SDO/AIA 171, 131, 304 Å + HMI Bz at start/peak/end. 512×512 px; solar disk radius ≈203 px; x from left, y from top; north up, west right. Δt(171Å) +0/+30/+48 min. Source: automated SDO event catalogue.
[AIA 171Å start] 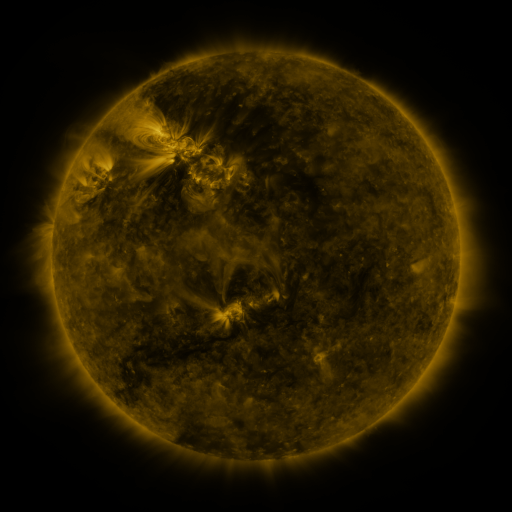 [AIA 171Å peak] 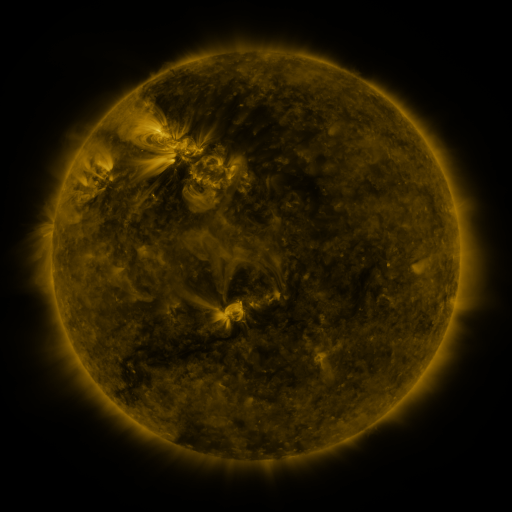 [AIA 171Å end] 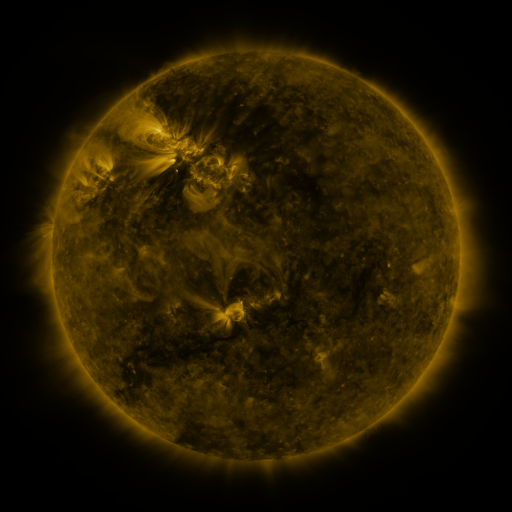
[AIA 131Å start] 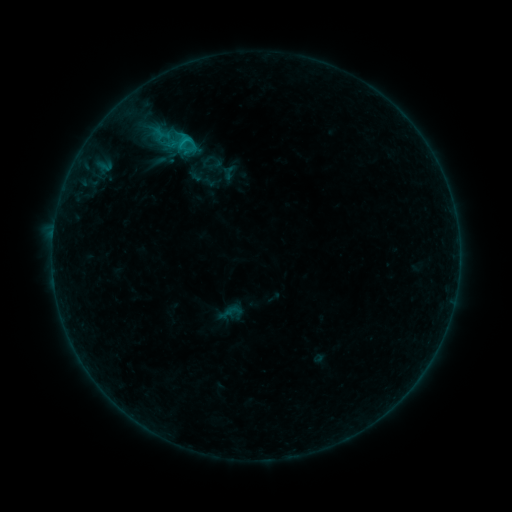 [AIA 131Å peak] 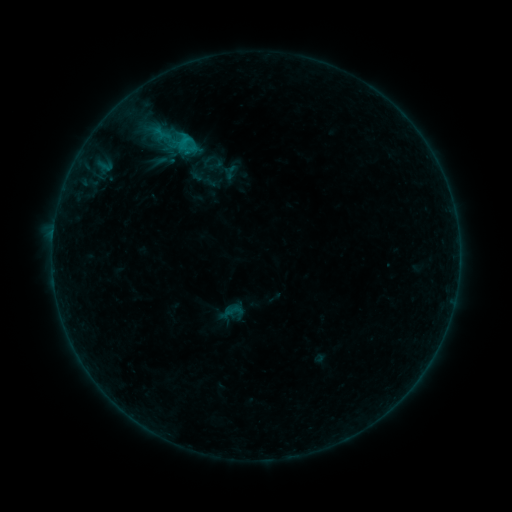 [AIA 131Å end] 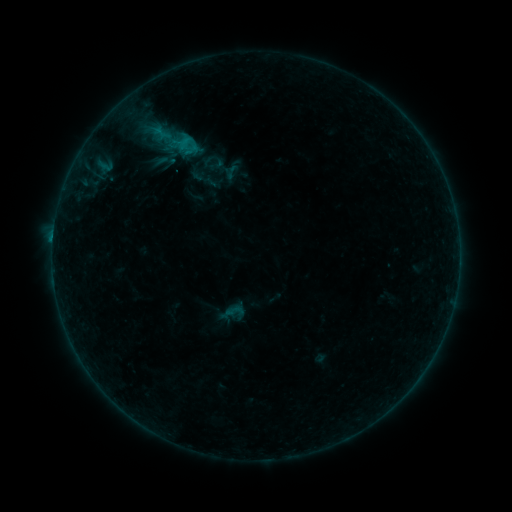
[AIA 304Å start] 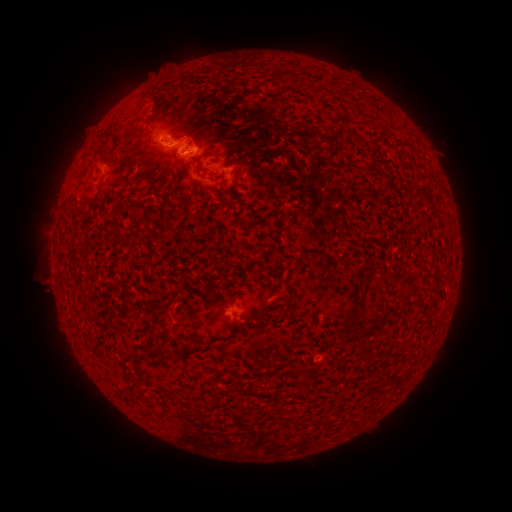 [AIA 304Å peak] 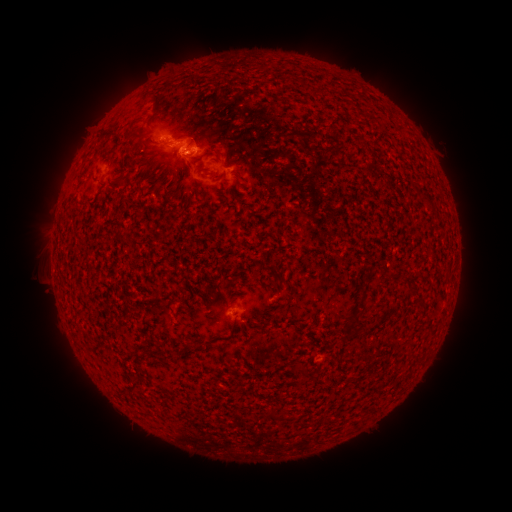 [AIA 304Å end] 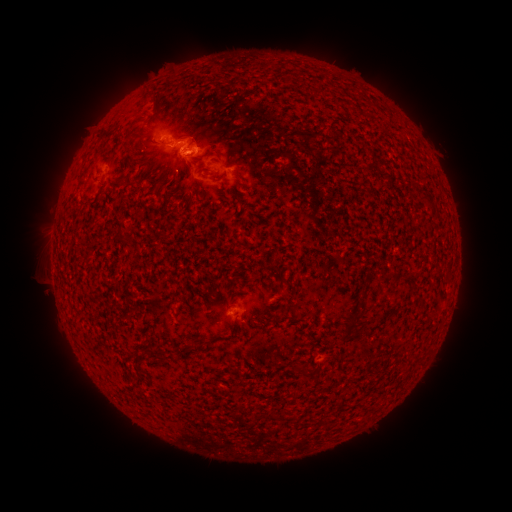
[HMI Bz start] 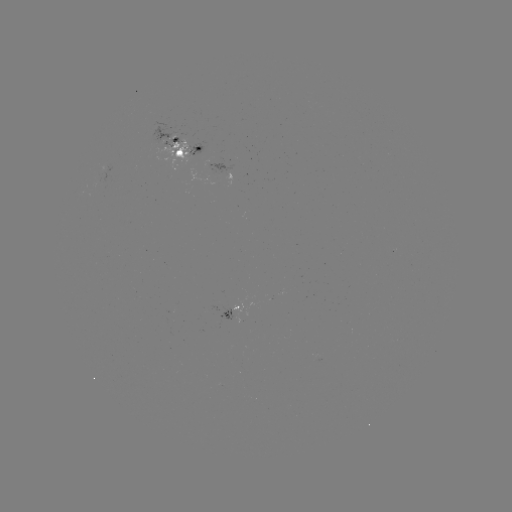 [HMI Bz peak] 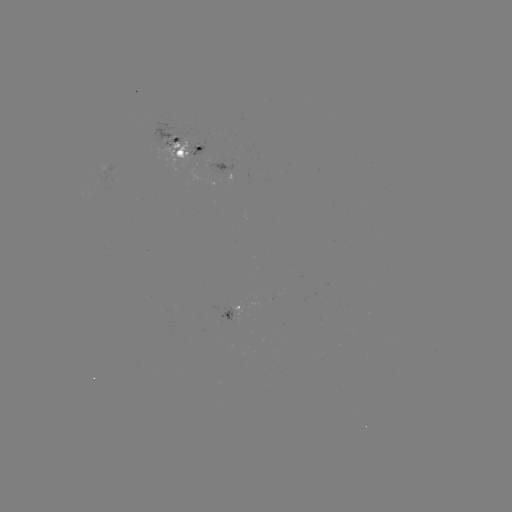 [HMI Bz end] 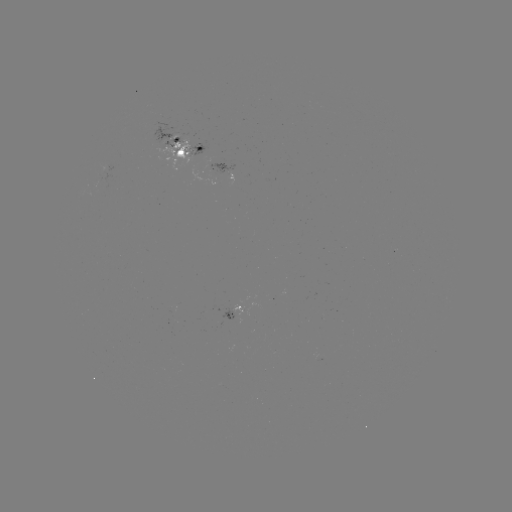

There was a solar emerging-flux region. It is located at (184, 149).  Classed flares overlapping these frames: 1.